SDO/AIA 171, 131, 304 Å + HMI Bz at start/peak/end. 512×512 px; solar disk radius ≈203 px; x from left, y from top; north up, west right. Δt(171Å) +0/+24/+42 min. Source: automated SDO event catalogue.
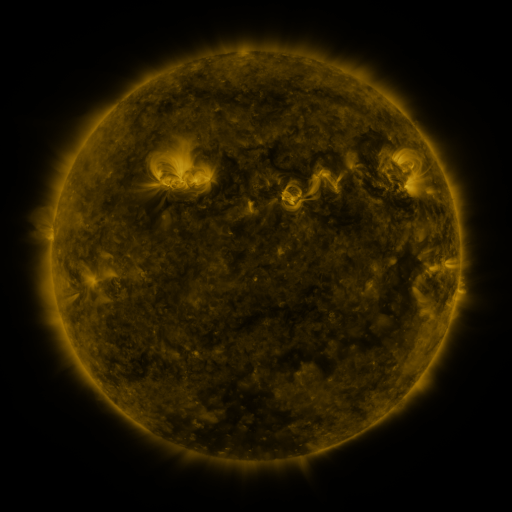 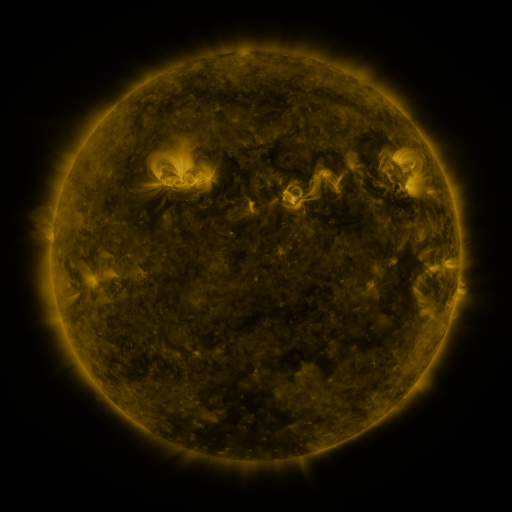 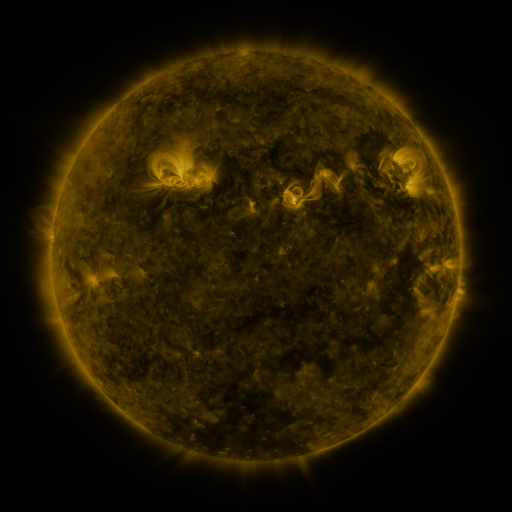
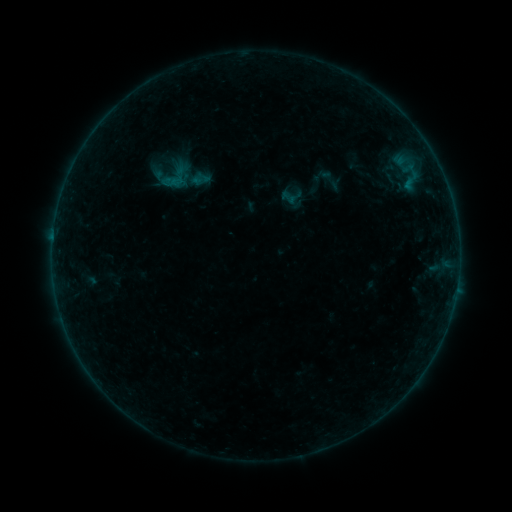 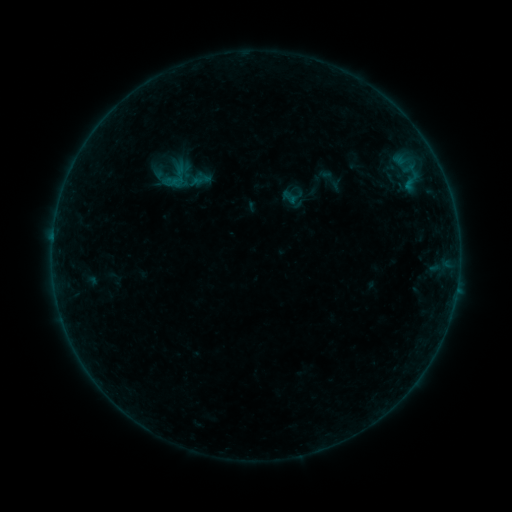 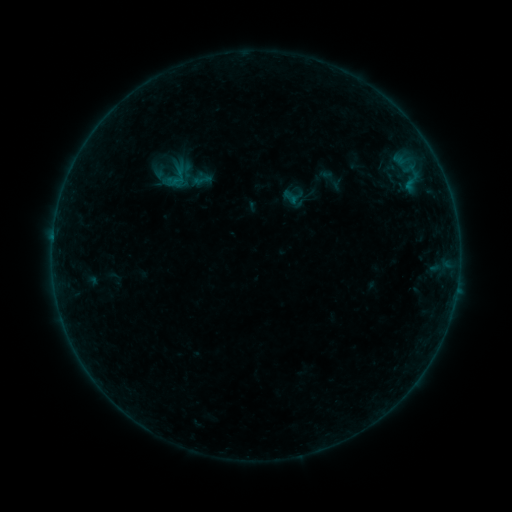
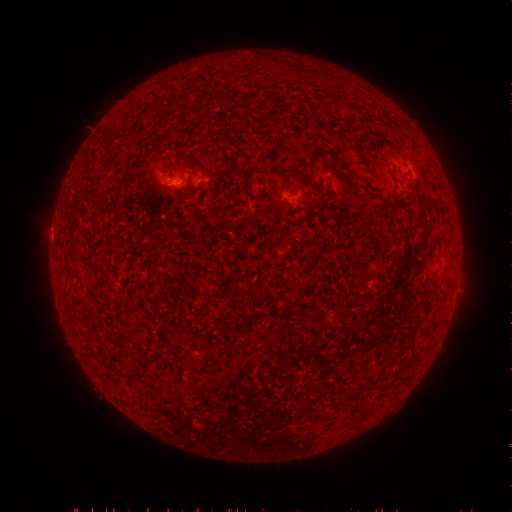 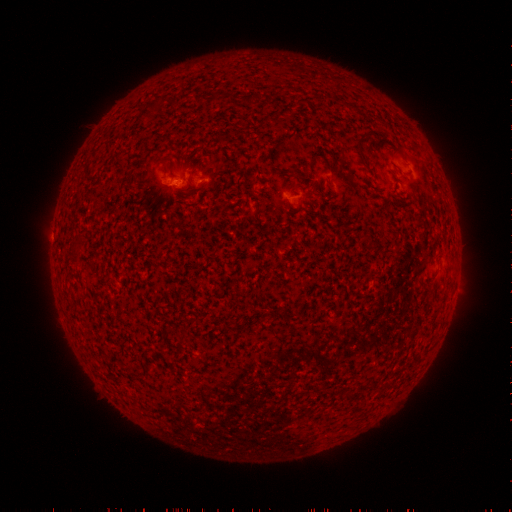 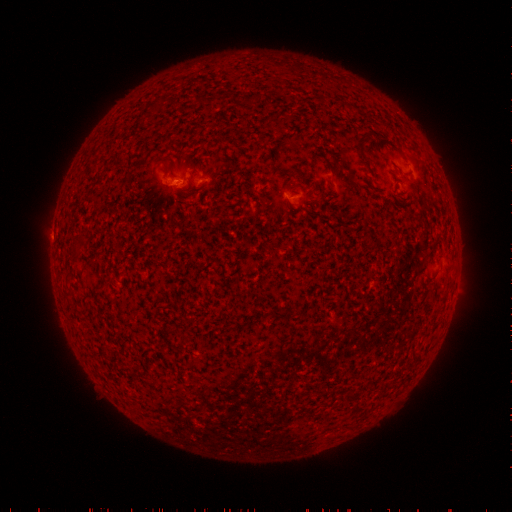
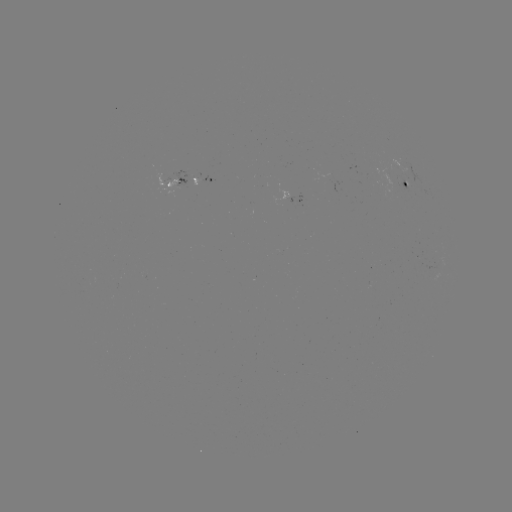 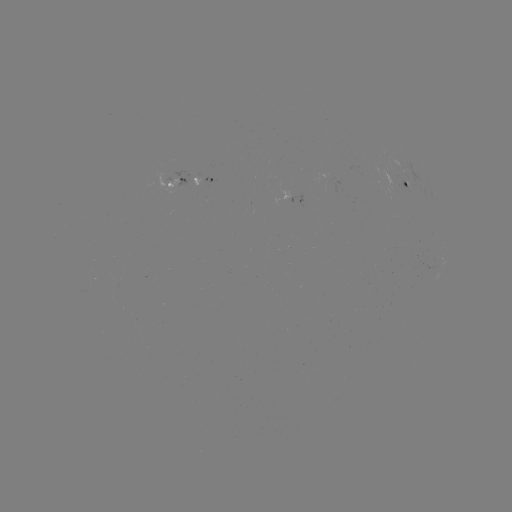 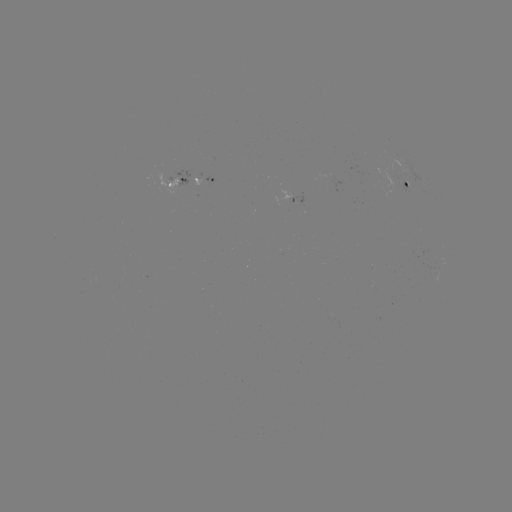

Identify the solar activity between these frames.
no catalogued flare and no flagged EUV brightening in this window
